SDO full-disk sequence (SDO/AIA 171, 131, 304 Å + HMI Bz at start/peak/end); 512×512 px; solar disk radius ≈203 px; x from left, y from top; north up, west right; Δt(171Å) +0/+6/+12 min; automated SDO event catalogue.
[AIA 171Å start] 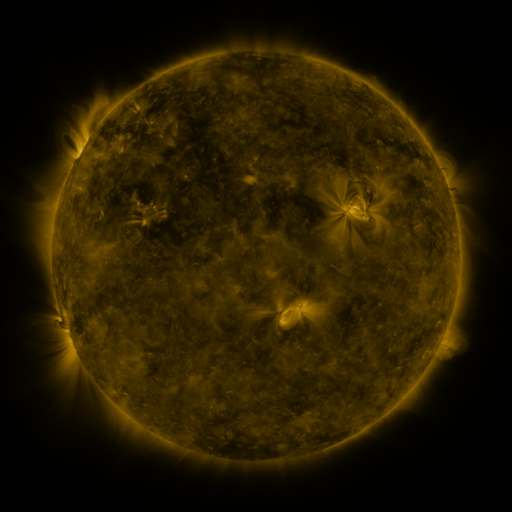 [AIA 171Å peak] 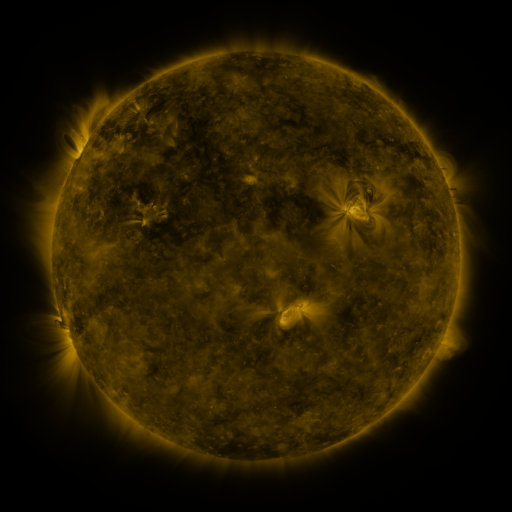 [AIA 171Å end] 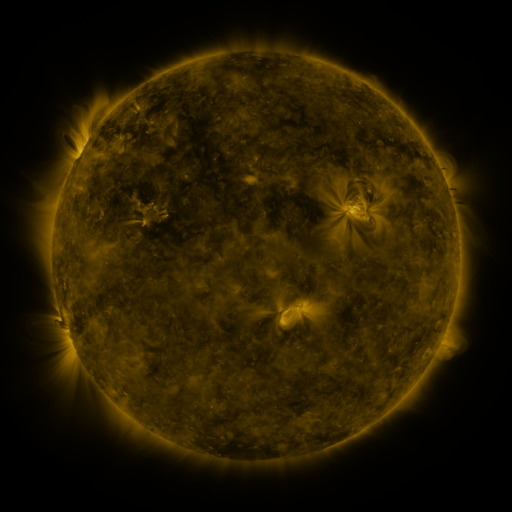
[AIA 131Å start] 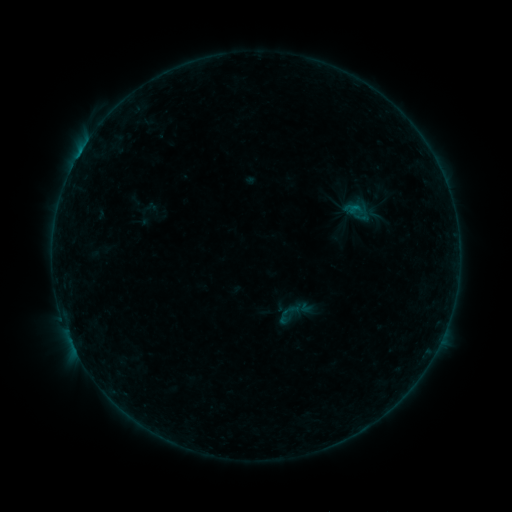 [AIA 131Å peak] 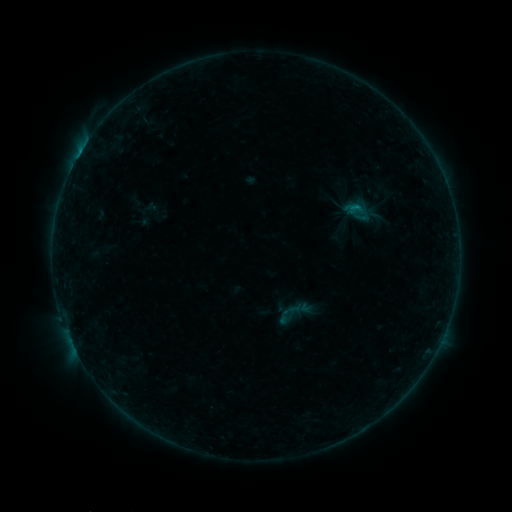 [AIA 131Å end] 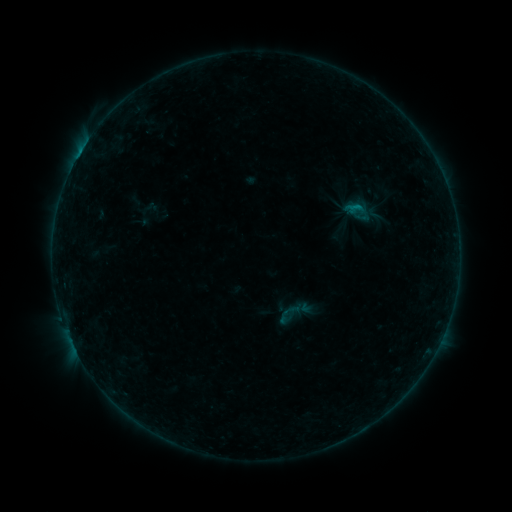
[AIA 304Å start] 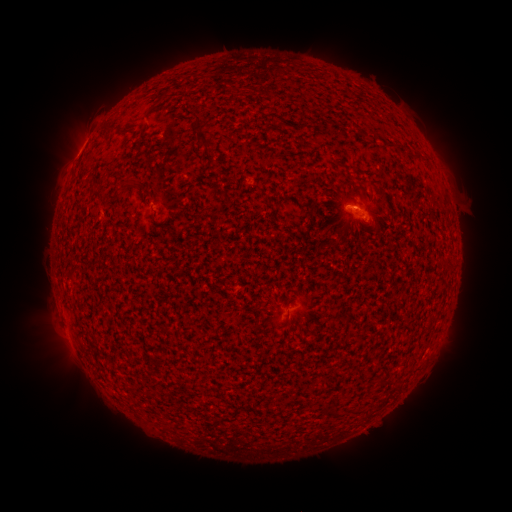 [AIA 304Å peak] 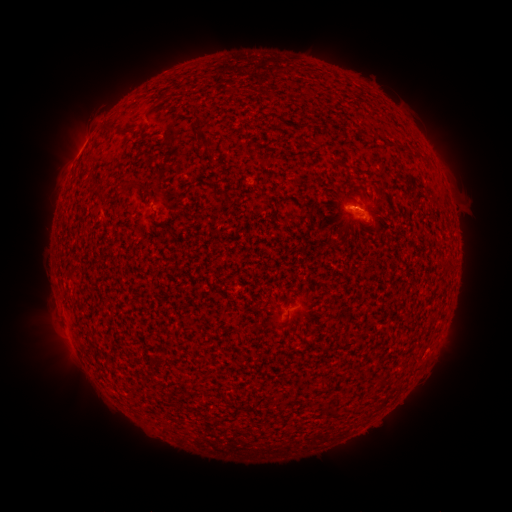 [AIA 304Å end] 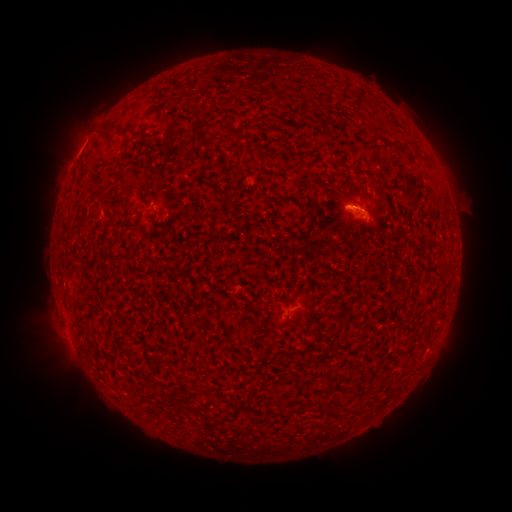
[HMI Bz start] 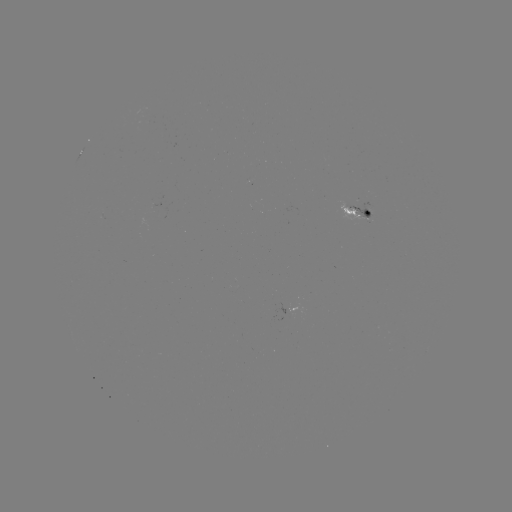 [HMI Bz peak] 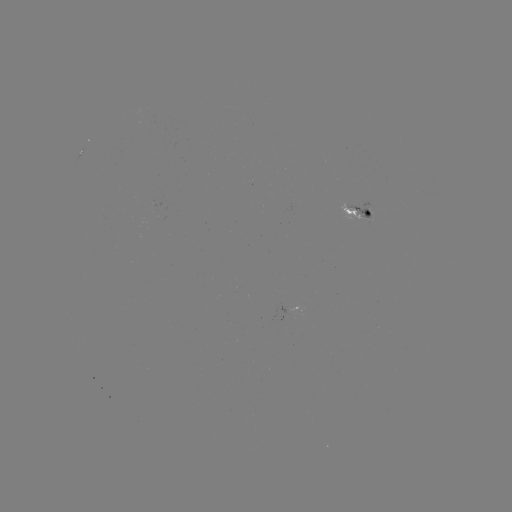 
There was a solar flare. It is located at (355, 212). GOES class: B3.7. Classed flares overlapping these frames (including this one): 1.